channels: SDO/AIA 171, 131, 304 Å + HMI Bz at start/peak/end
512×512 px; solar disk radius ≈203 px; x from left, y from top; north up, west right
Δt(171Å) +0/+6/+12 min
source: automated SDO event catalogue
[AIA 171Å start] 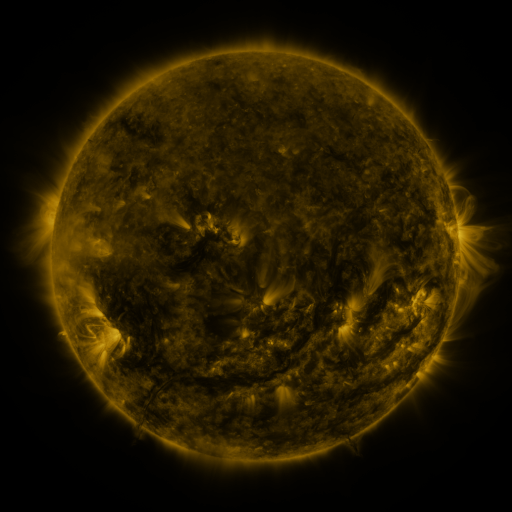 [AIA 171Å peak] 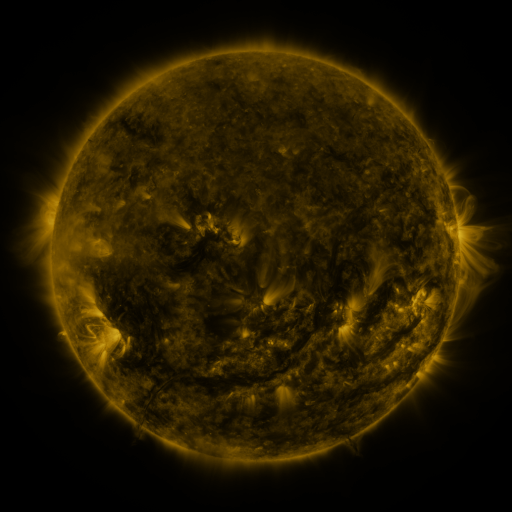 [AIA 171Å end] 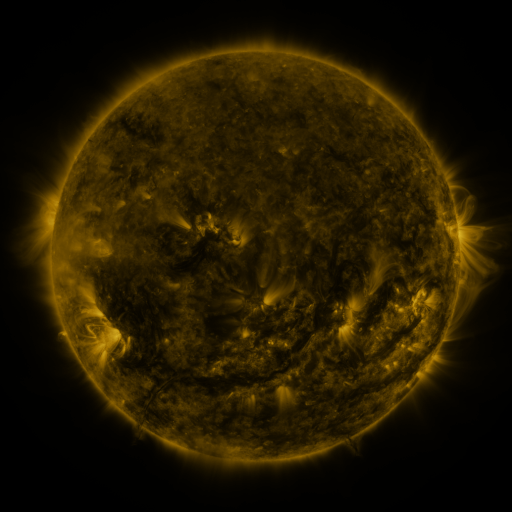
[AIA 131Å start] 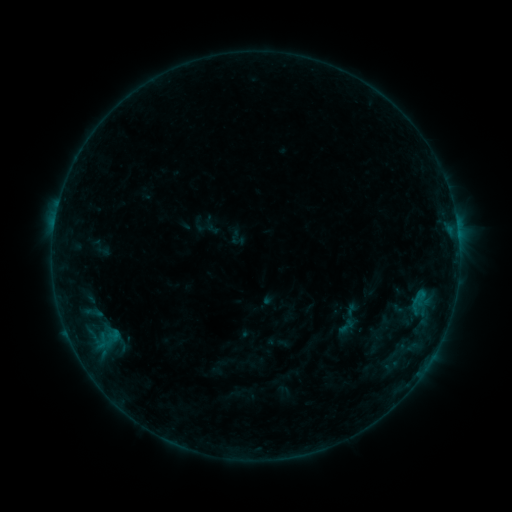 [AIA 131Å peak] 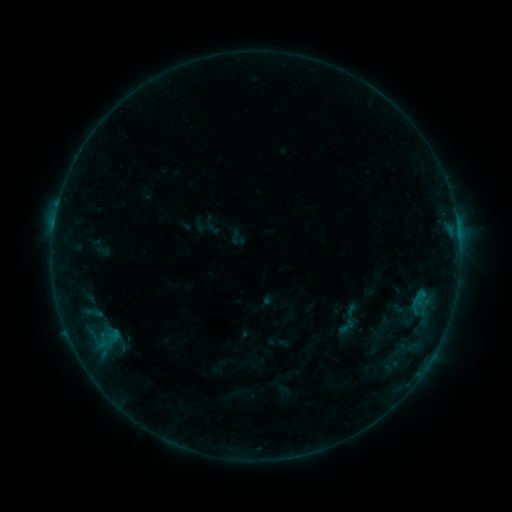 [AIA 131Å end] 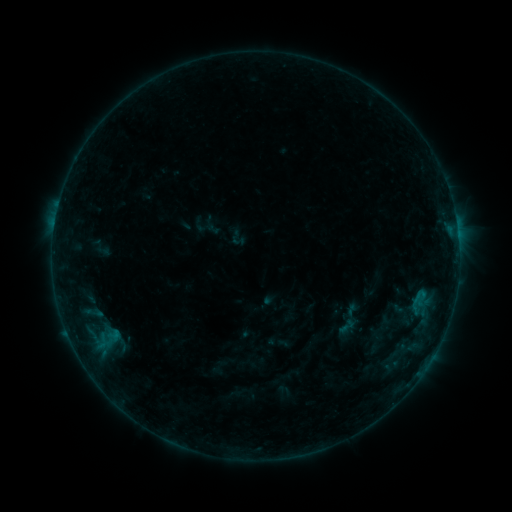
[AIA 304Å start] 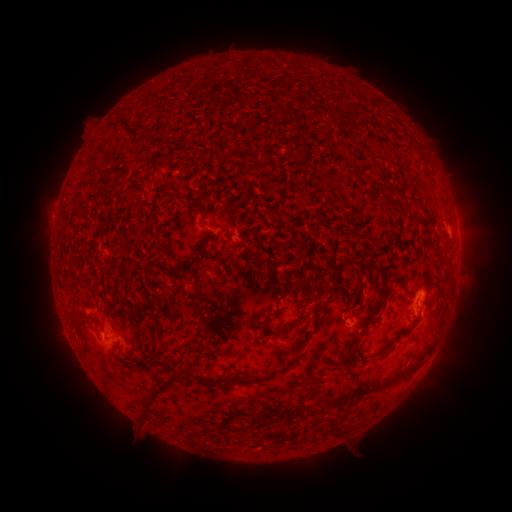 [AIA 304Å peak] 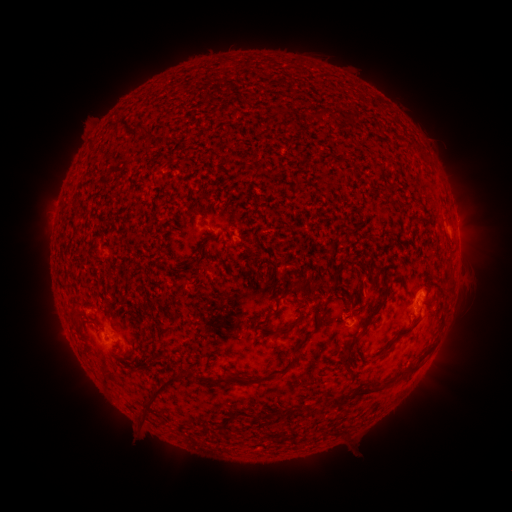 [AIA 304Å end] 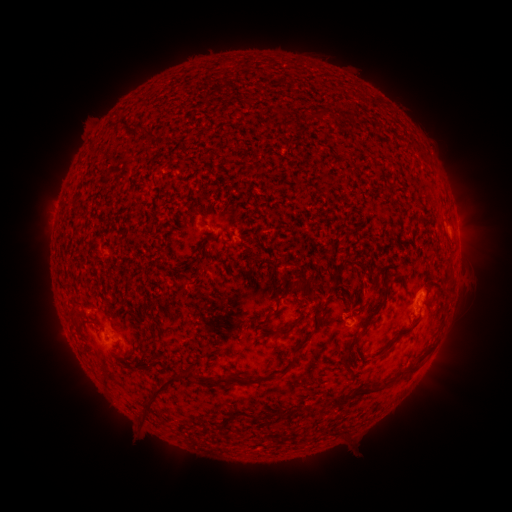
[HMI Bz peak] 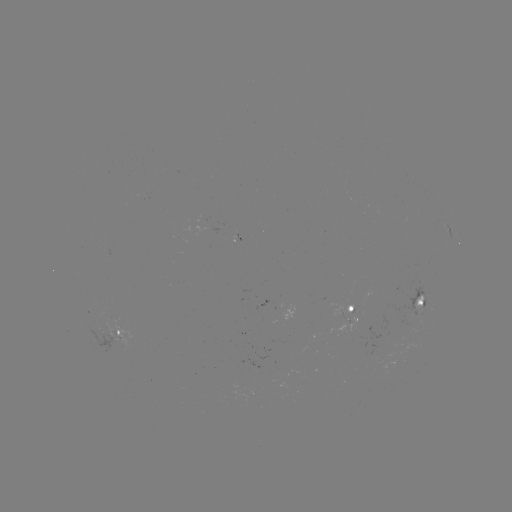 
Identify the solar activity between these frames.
no classed flare was catalogued and no EUV brightening was flagged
